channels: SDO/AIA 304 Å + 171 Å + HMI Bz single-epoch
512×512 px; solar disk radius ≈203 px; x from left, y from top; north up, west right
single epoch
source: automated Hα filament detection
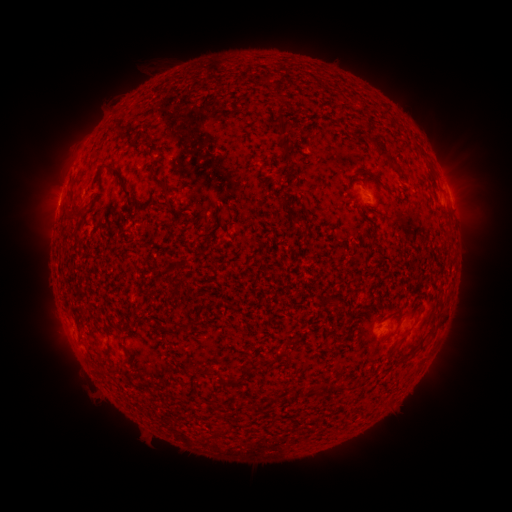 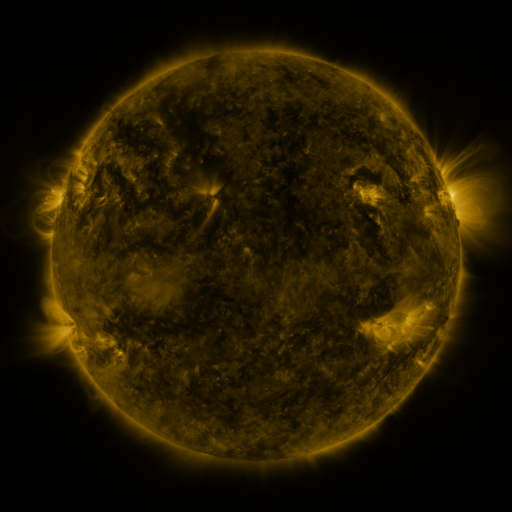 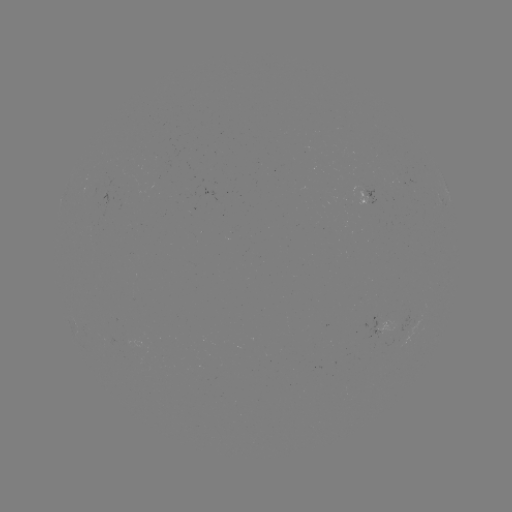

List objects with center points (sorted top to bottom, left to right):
filament: (277, 111, 289, 137)
filament: (353, 128, 391, 158)
filament: (280, 143, 293, 164)
filament: (96, 163, 132, 196)
filament: (158, 178, 171, 196)
filament: (127, 195, 140, 207)
filament: (79, 203, 89, 211)
filament: (64, 207, 76, 220)
filament: (434, 320, 442, 330)
filament: (179, 382, 197, 398)
